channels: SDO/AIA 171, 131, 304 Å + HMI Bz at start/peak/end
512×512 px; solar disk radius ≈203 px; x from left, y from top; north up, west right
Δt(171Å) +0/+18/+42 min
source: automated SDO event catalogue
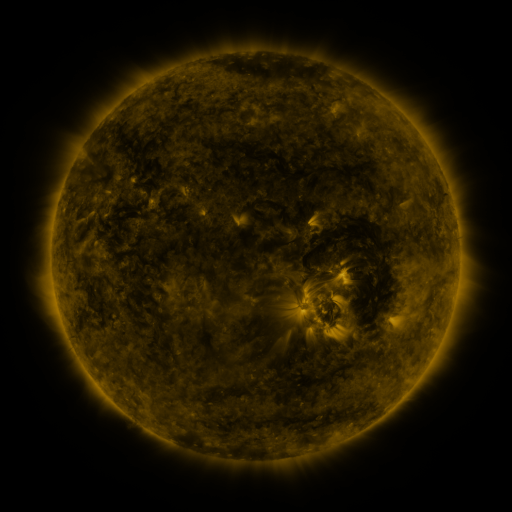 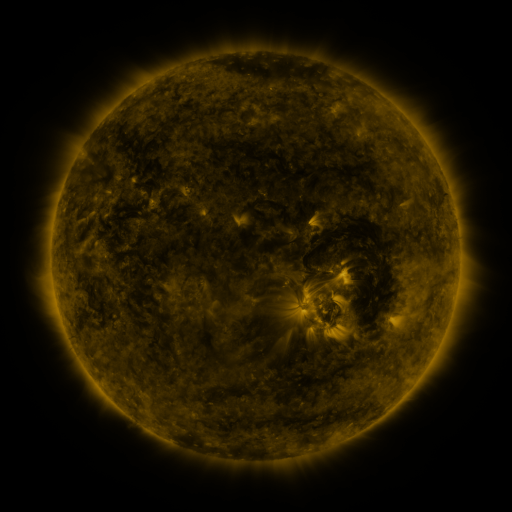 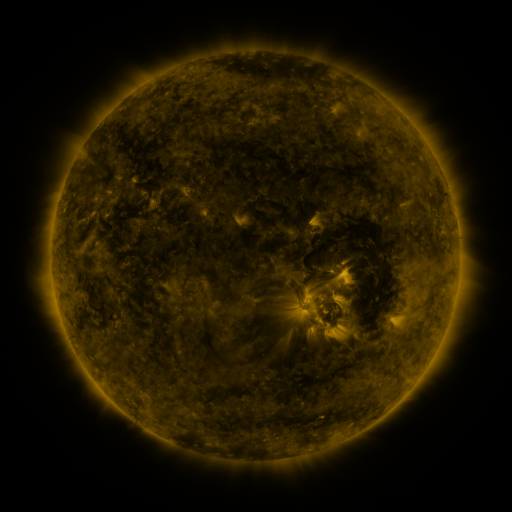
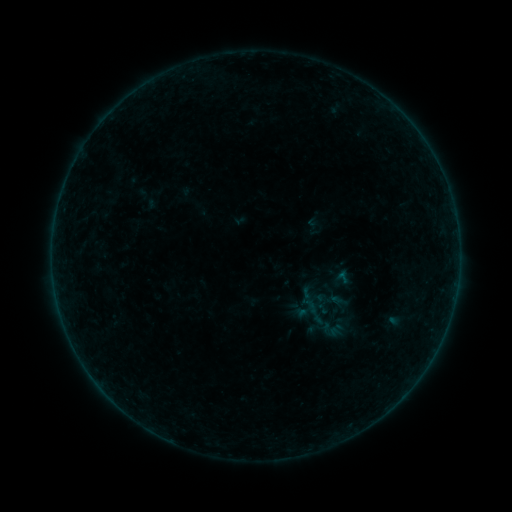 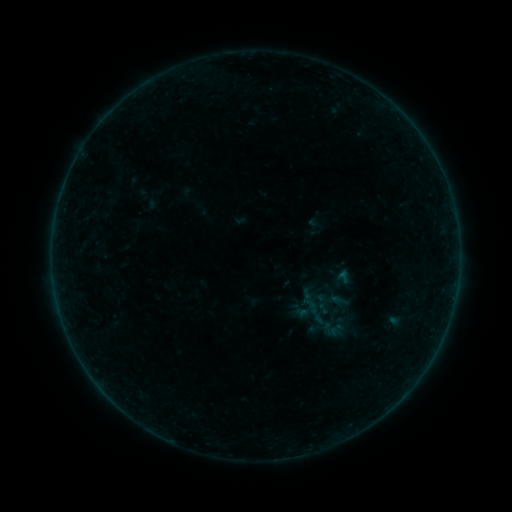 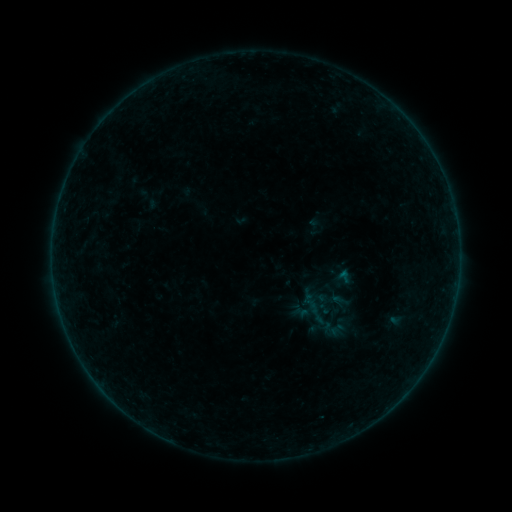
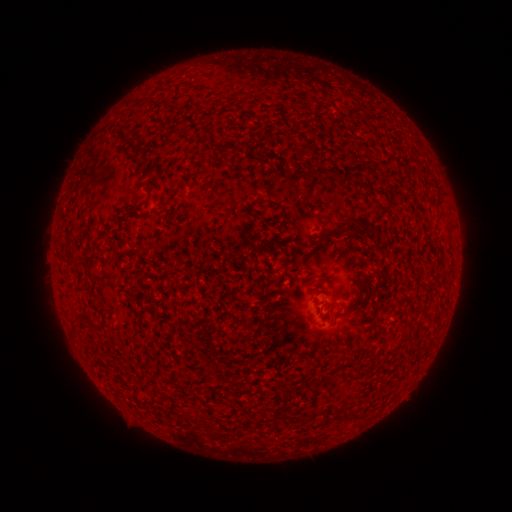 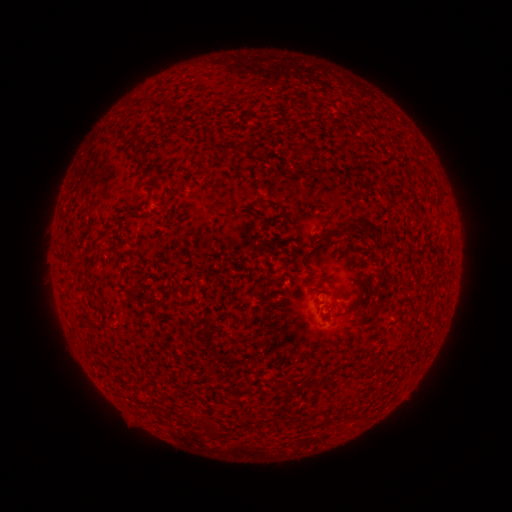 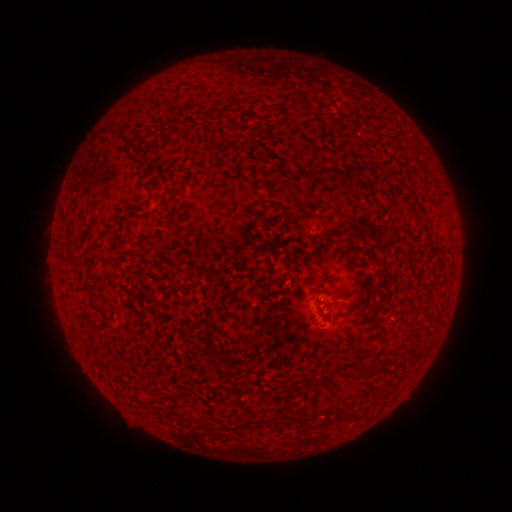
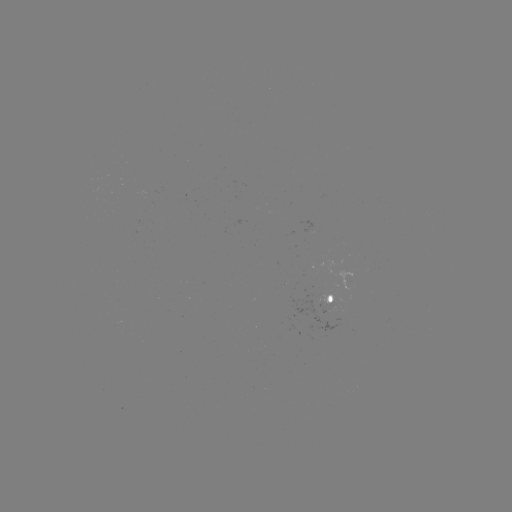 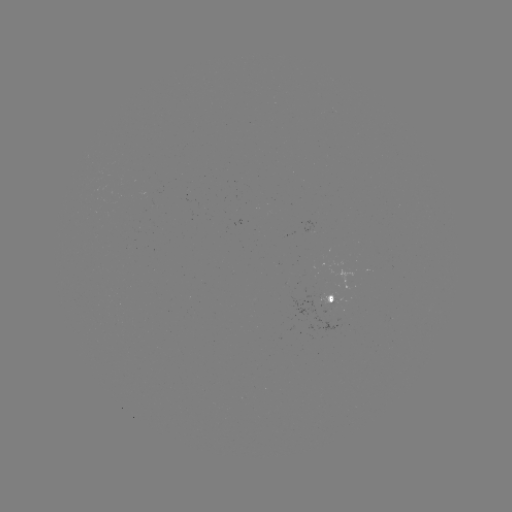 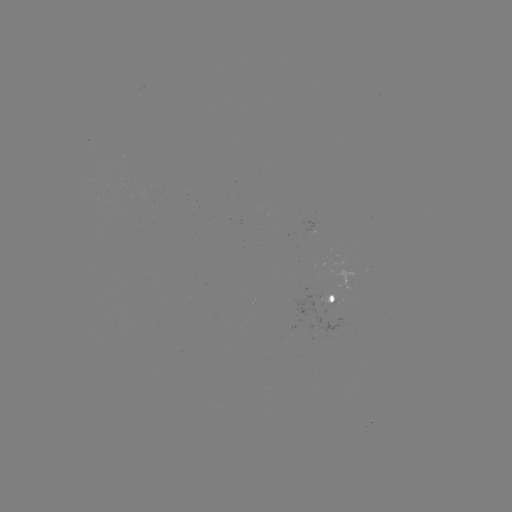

no flare in any classed list; no EUV-trigger detection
